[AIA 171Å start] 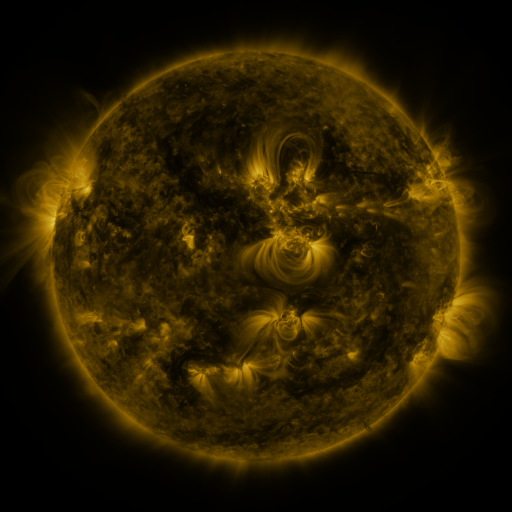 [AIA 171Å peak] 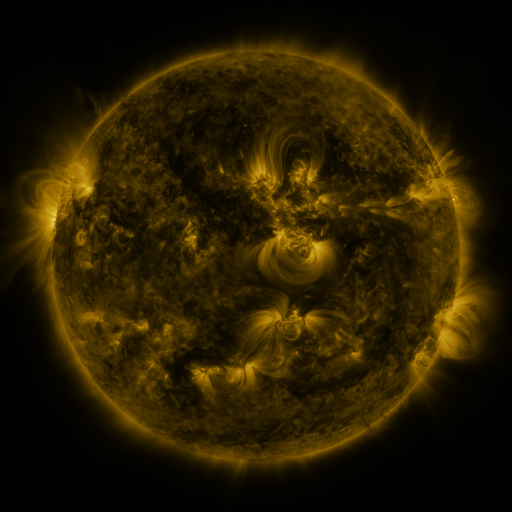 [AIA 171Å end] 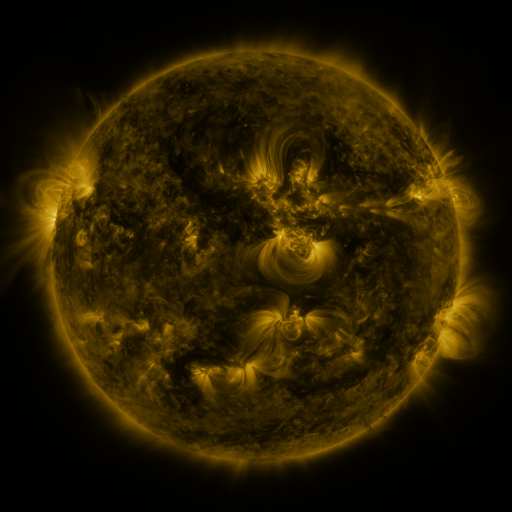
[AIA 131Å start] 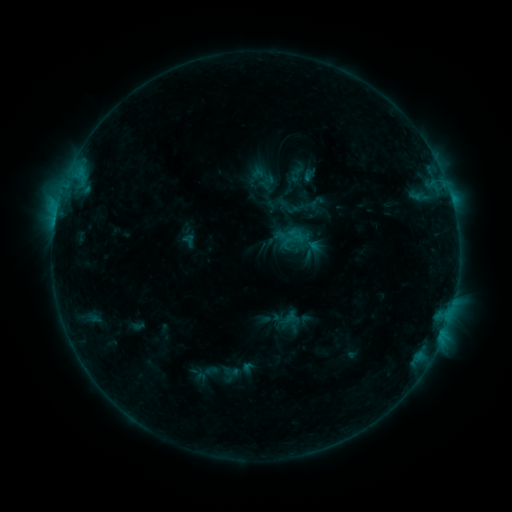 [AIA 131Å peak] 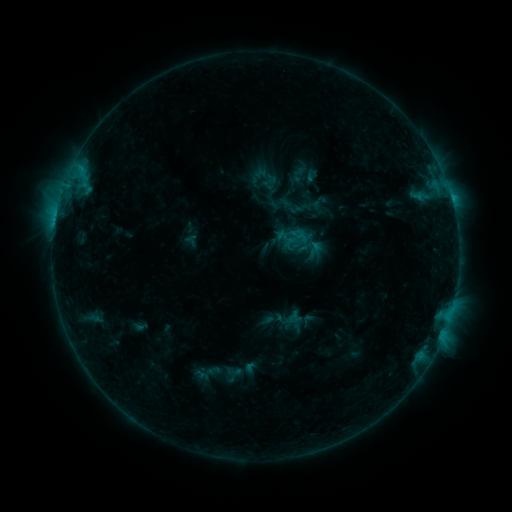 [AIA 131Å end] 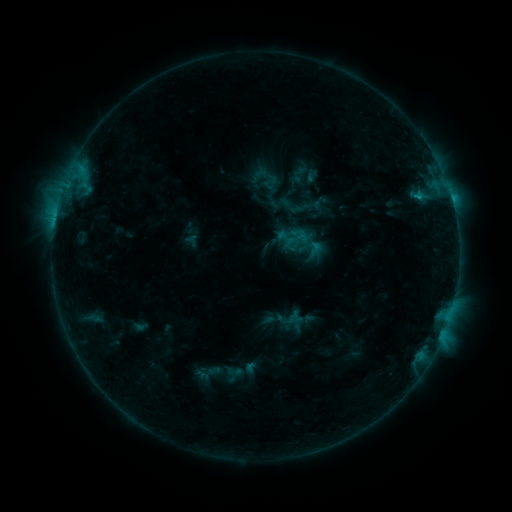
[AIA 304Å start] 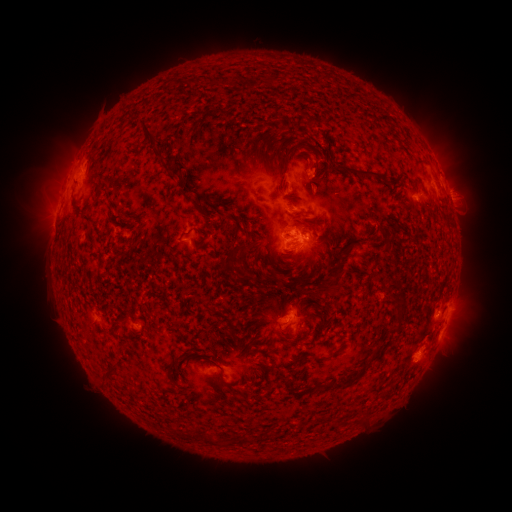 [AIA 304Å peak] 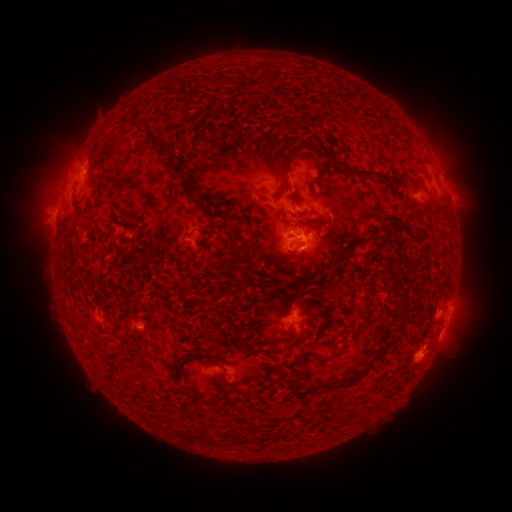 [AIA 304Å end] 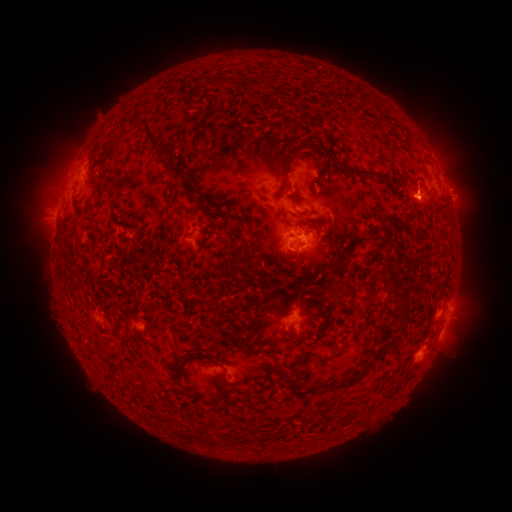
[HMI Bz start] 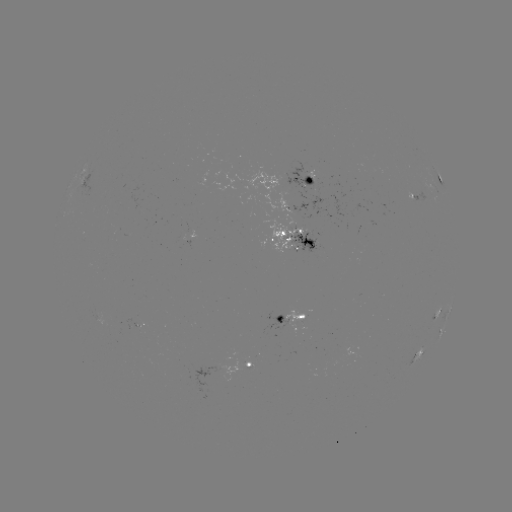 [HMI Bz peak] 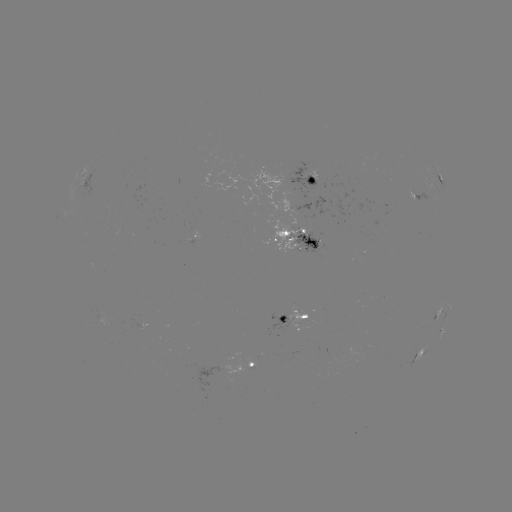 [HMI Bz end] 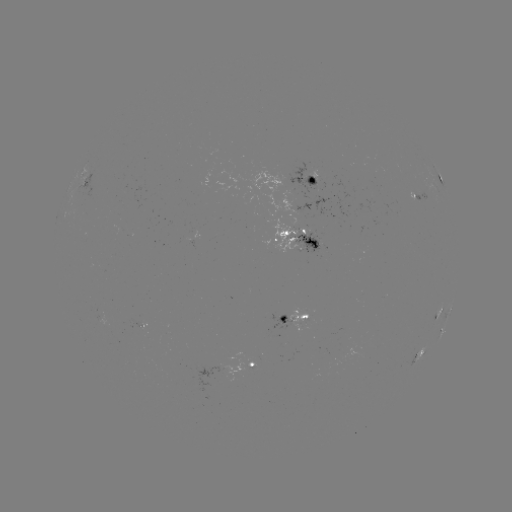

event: emerging-flux region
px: (287, 236)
